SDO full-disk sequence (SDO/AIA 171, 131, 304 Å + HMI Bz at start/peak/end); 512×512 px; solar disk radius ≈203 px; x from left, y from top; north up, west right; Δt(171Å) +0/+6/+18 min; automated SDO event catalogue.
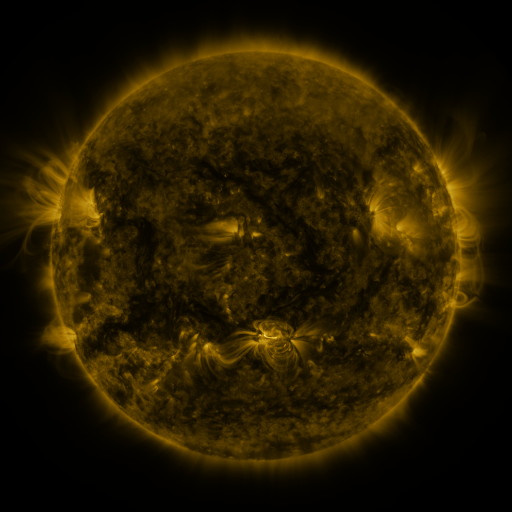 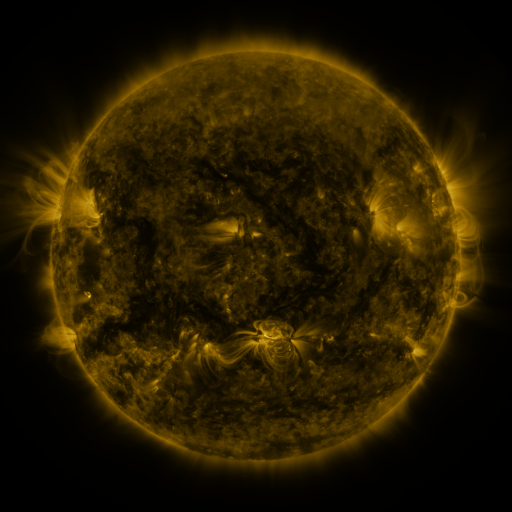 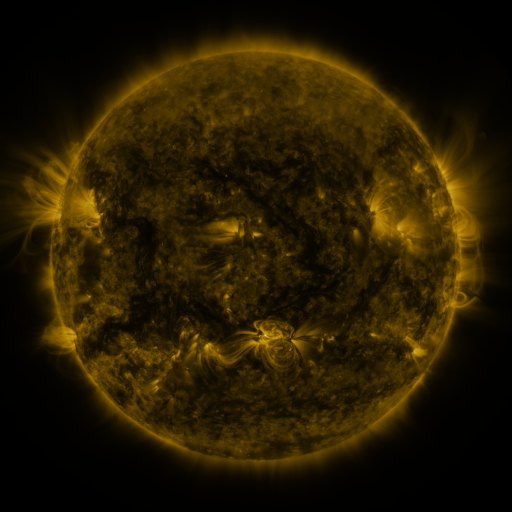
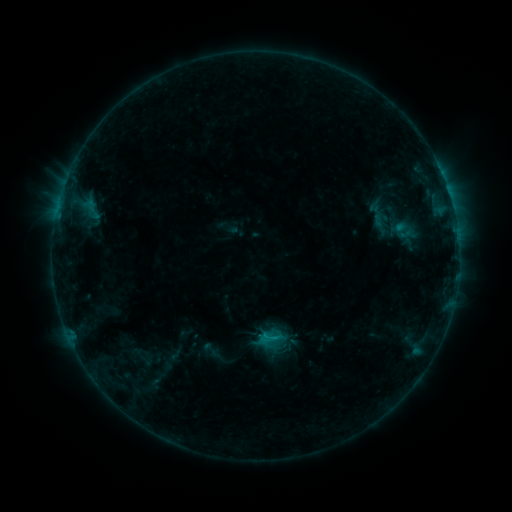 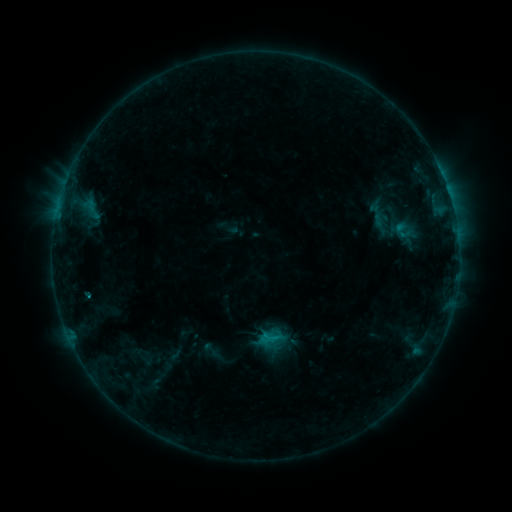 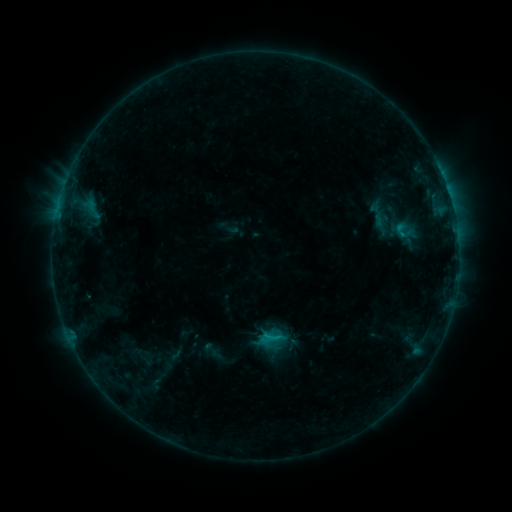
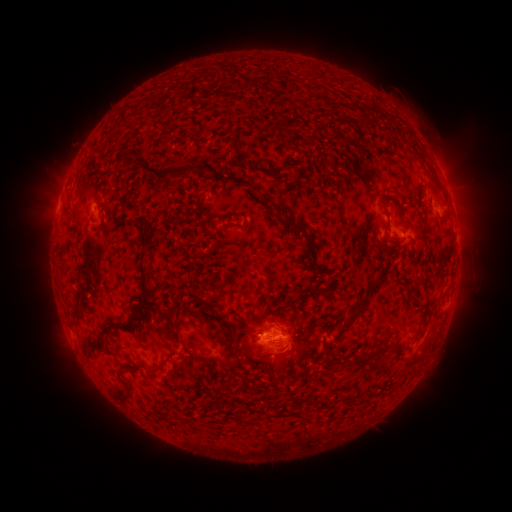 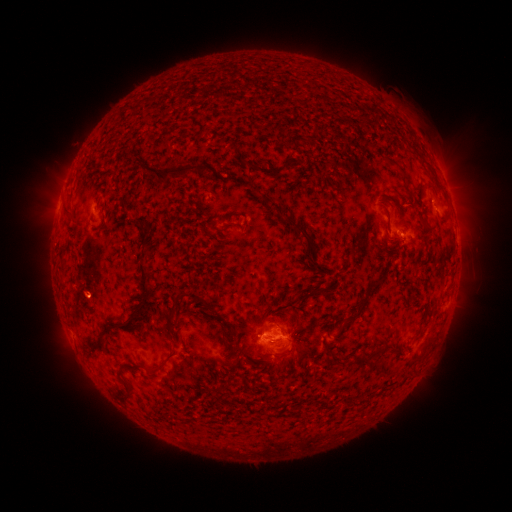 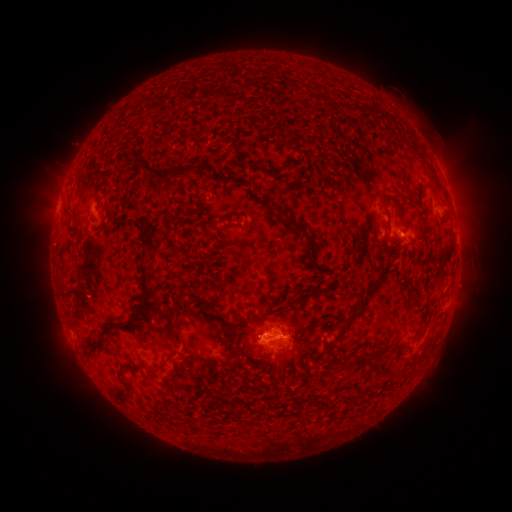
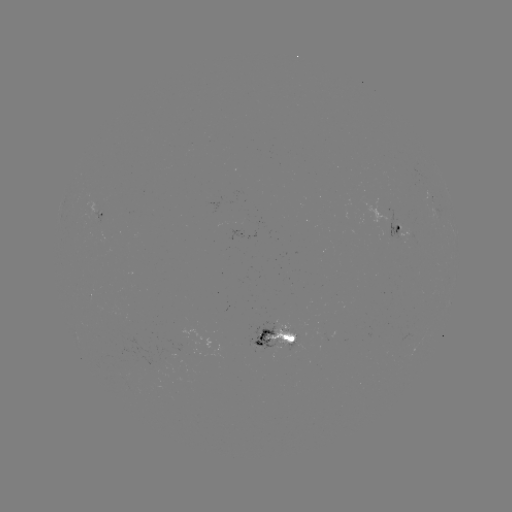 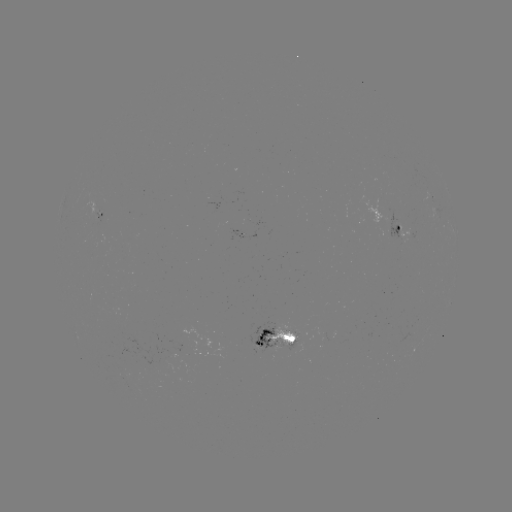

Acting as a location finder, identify B7.5 flare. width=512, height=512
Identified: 88,293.